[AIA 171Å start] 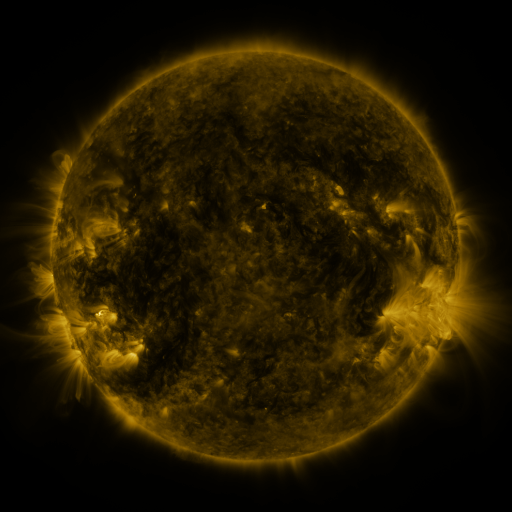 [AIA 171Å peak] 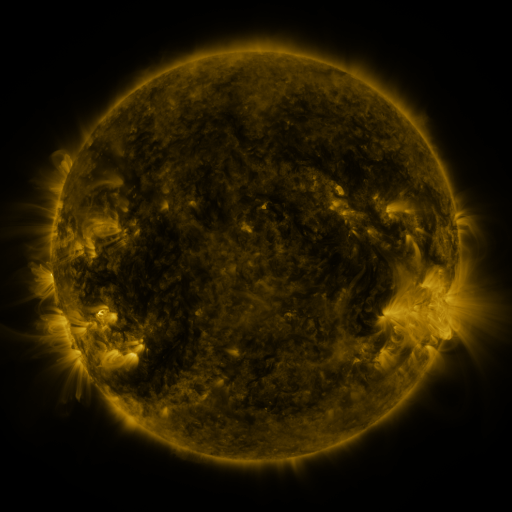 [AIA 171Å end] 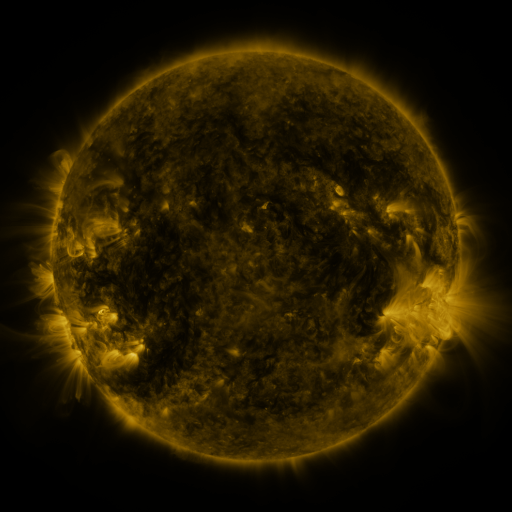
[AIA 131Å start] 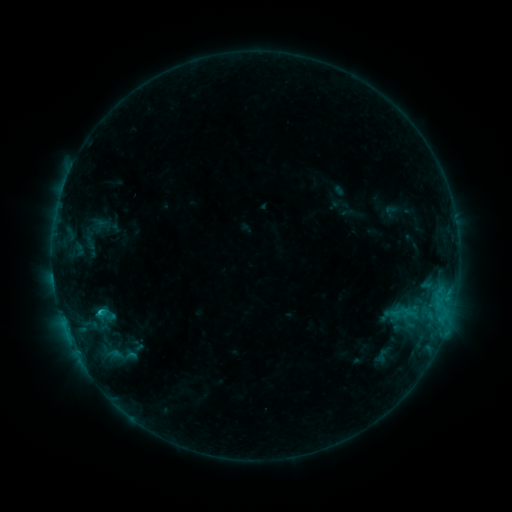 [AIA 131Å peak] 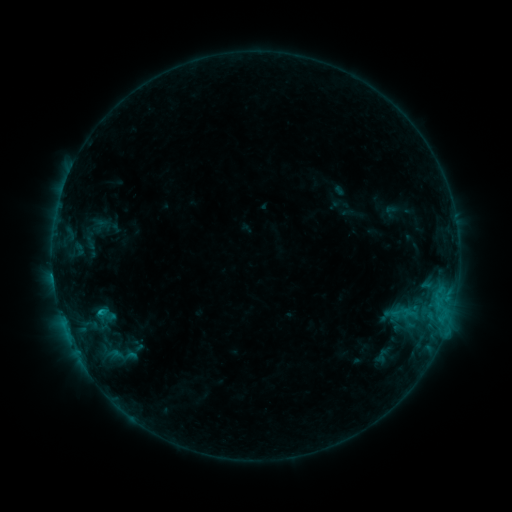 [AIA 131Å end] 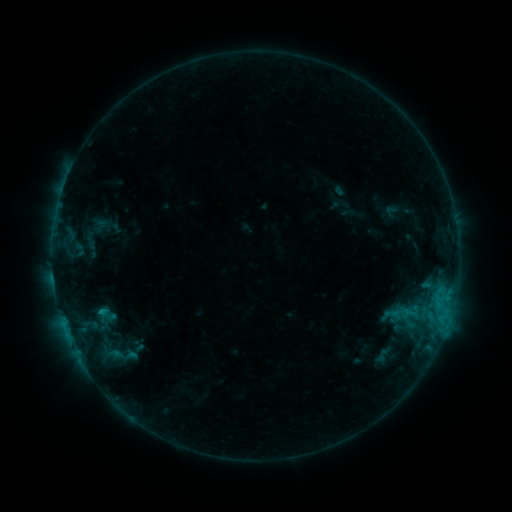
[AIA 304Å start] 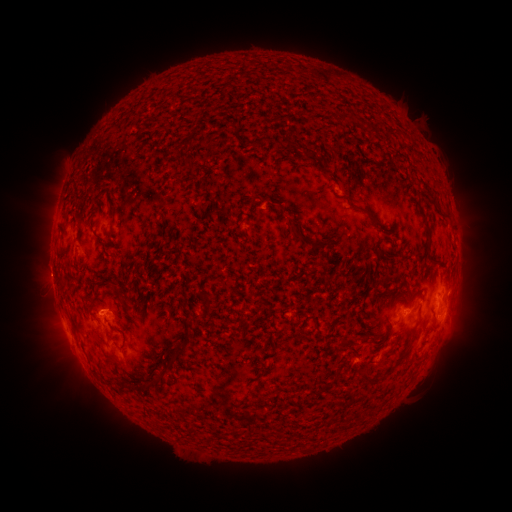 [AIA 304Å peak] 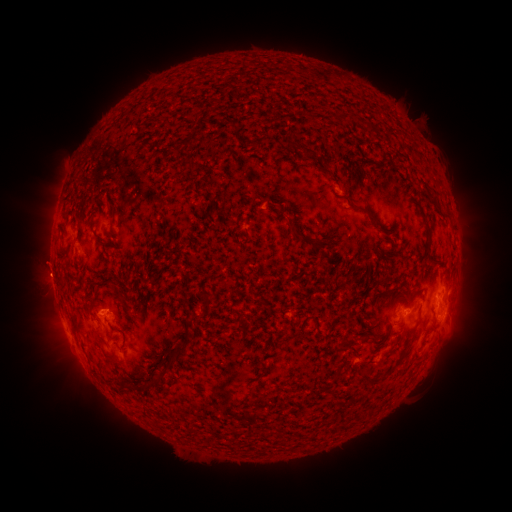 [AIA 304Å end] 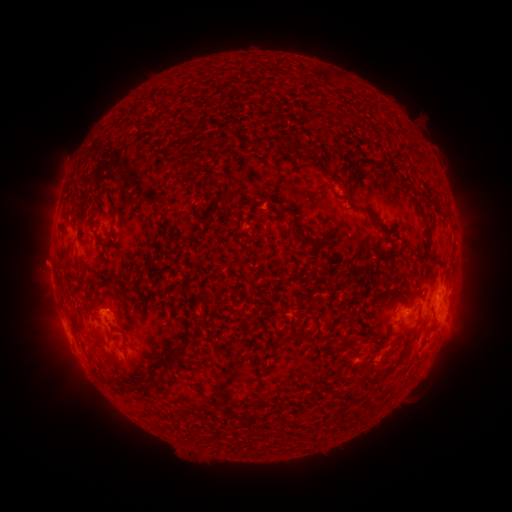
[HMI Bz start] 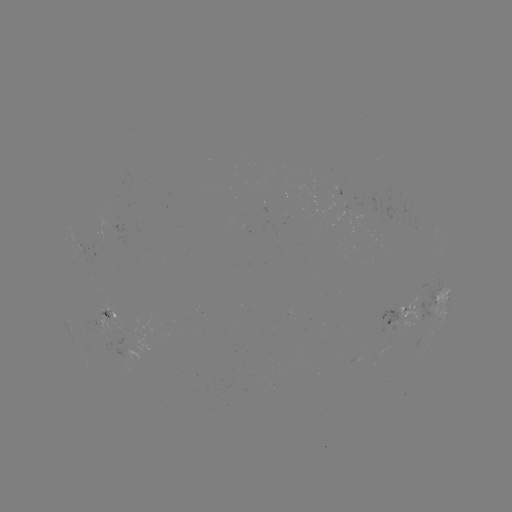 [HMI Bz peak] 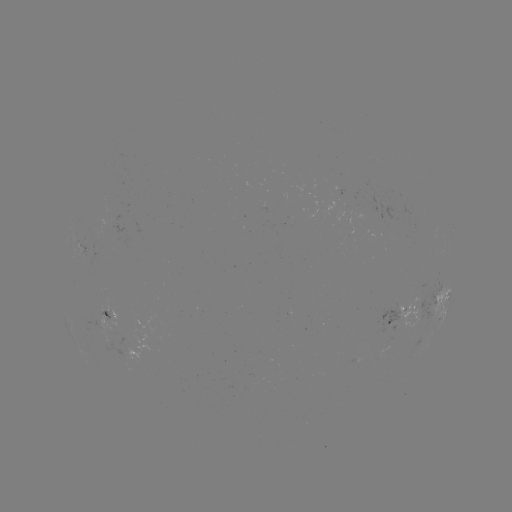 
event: eruption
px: (45, 268)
